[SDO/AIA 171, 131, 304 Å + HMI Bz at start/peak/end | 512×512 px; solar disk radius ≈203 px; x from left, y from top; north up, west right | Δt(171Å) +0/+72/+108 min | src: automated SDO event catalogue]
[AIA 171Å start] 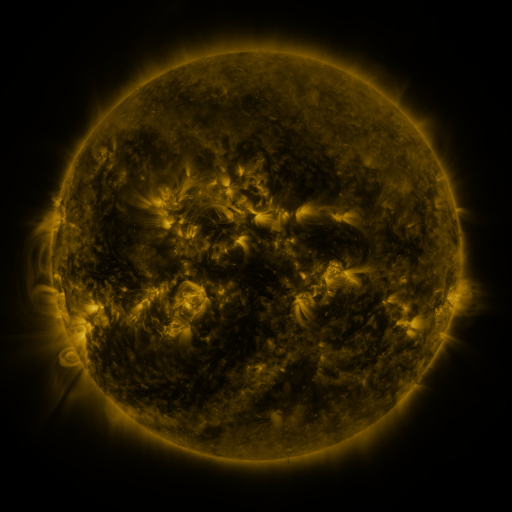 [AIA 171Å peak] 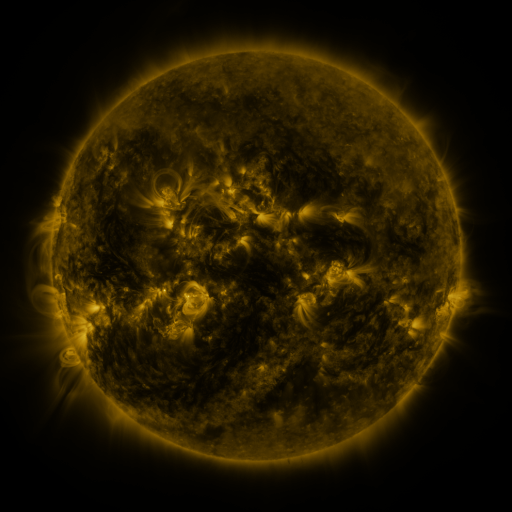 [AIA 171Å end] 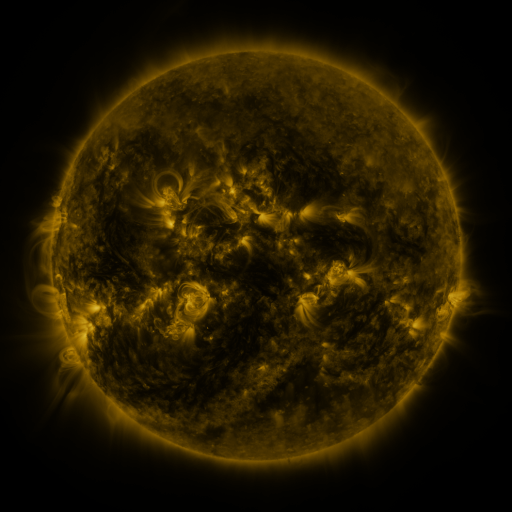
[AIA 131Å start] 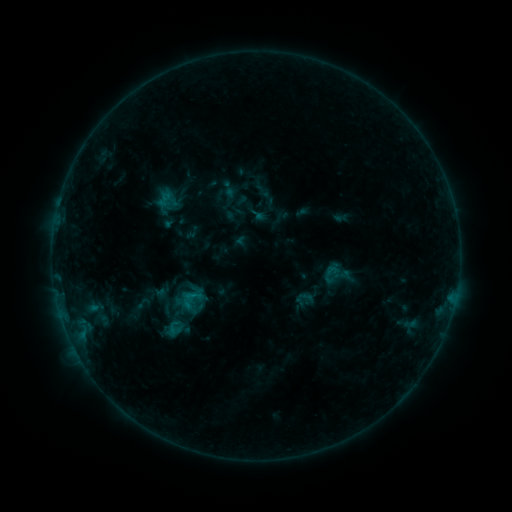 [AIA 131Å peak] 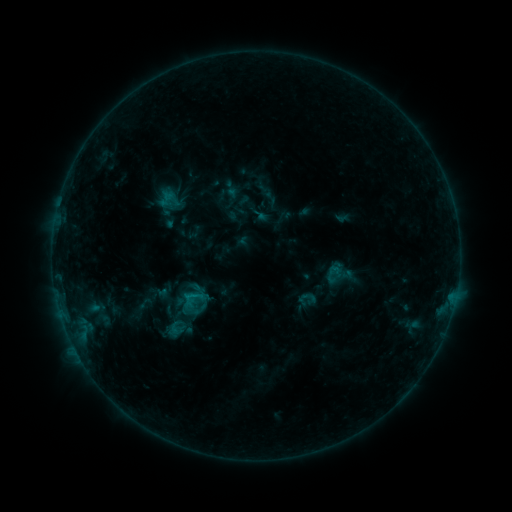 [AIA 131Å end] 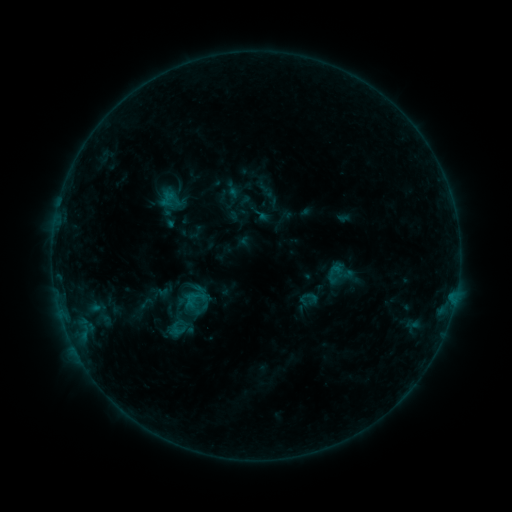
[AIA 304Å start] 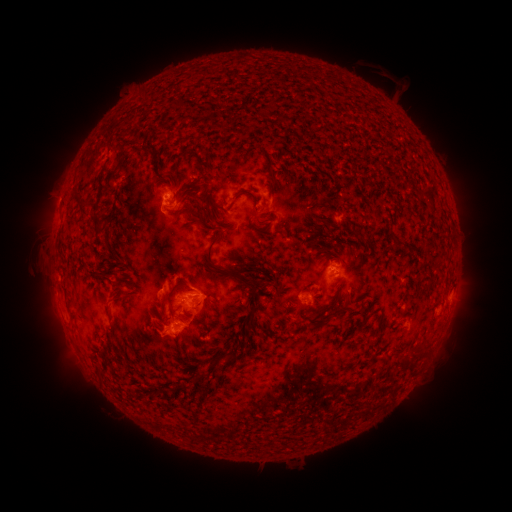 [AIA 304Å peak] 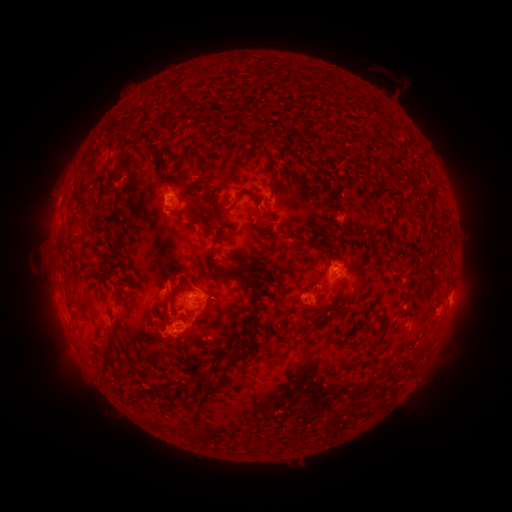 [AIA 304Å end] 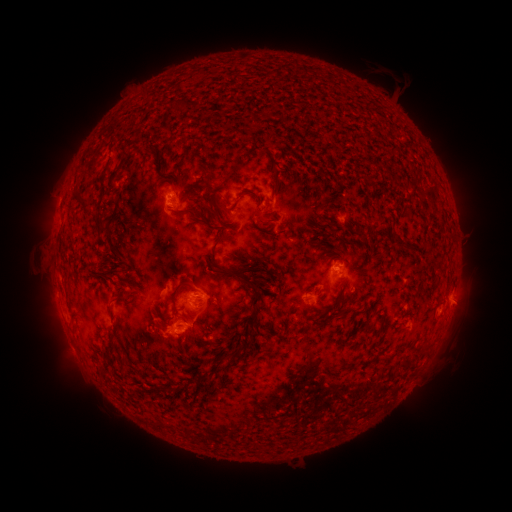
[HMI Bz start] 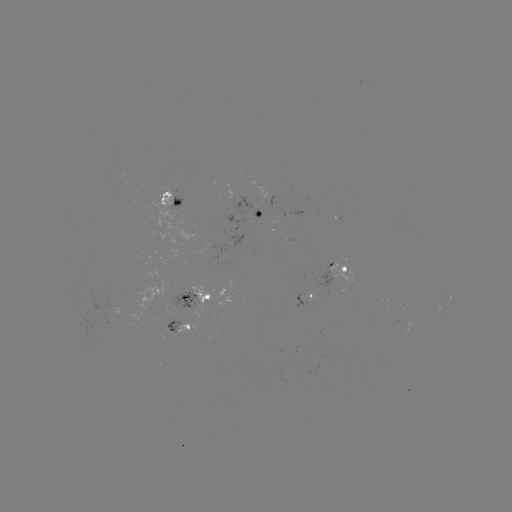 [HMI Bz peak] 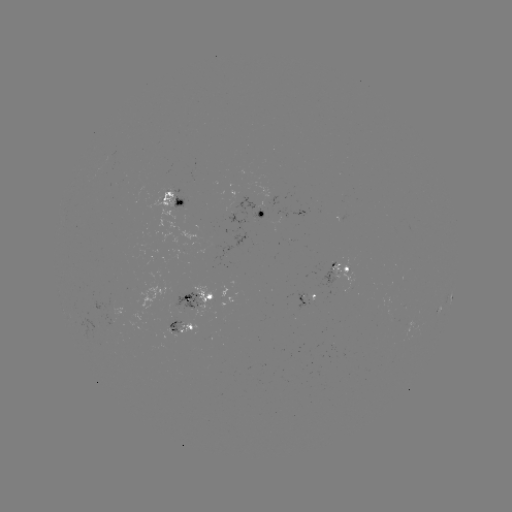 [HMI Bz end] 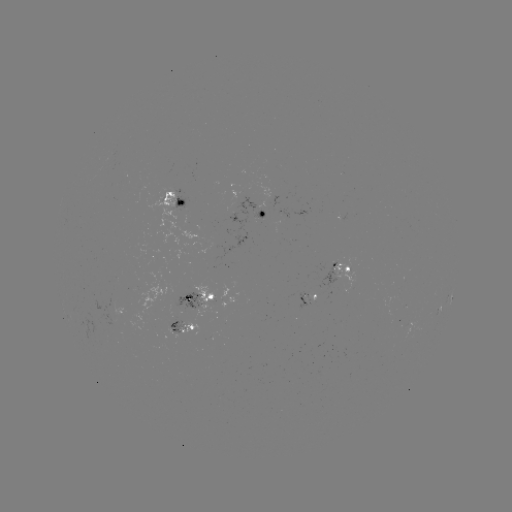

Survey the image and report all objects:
emerging-flux region: (302, 298)
